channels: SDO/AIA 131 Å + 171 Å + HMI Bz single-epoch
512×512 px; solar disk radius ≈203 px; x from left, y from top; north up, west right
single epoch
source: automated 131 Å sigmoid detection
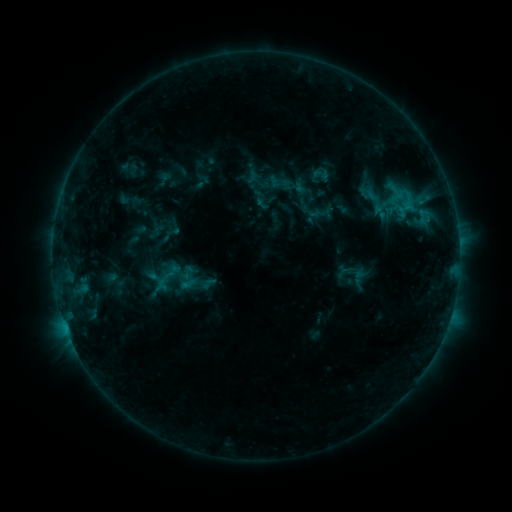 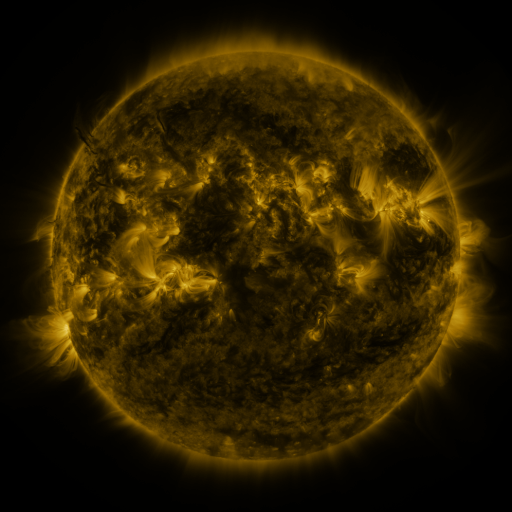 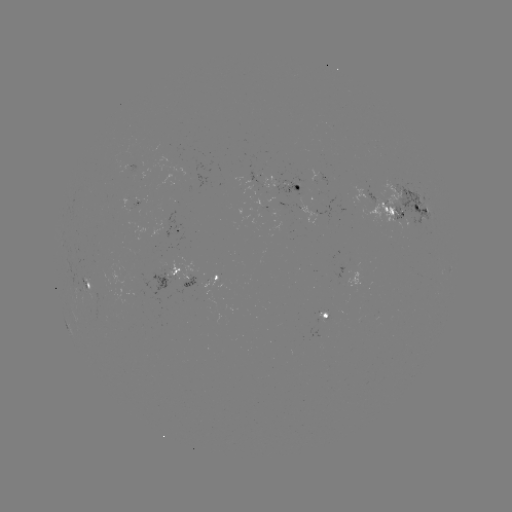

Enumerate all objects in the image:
sigmoid: (310, 165, 334, 184)
sigmoid: (270, 174, 291, 193)
